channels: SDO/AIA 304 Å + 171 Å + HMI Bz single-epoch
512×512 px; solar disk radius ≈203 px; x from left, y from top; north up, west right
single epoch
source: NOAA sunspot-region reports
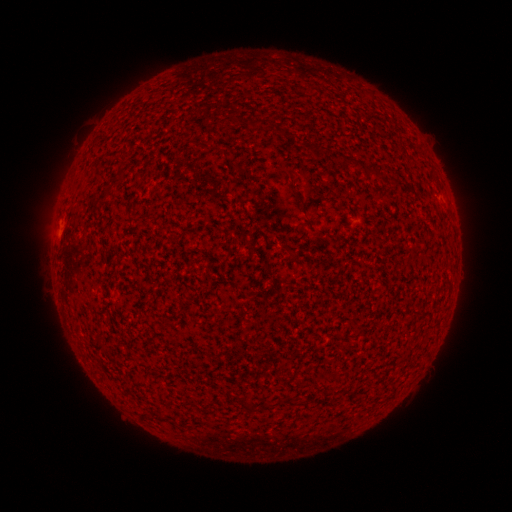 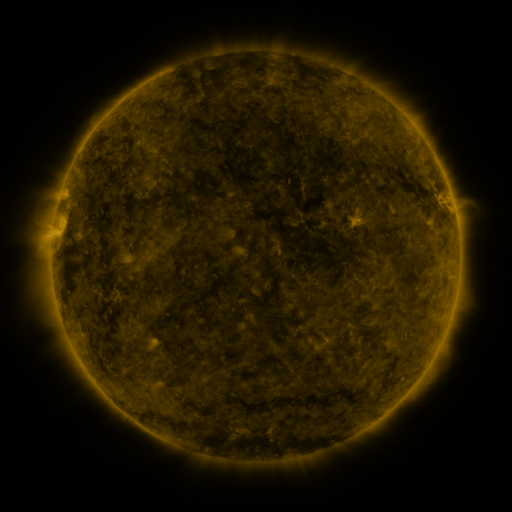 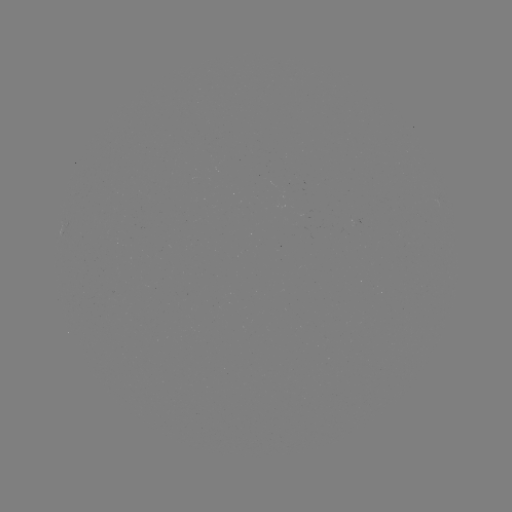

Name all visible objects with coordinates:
(none)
